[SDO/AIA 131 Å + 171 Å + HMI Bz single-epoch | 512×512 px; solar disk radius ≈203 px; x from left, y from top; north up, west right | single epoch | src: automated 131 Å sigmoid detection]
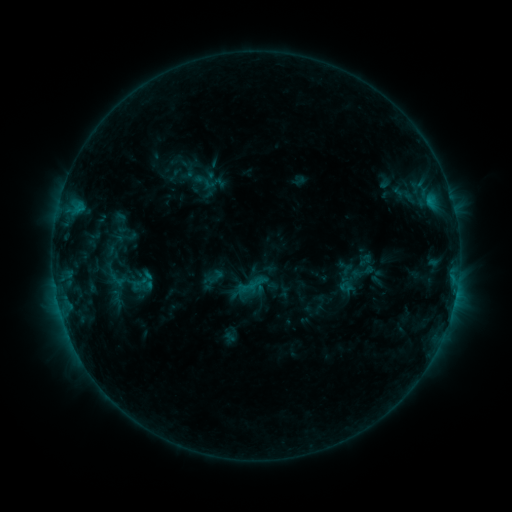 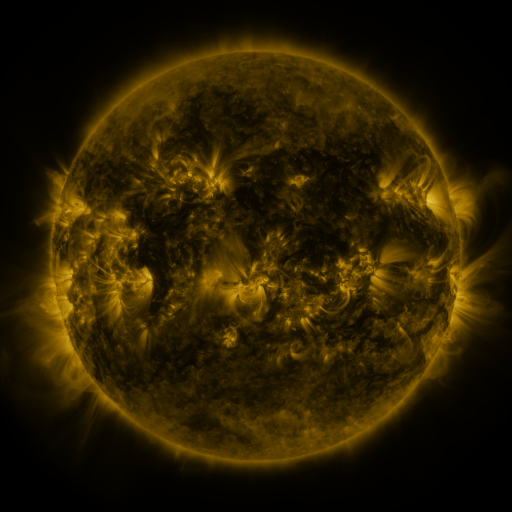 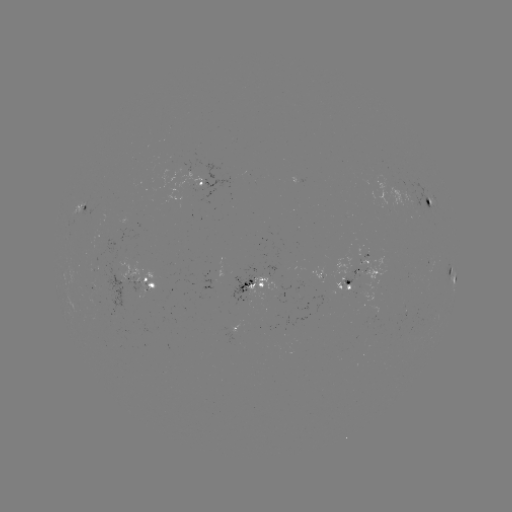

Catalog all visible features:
sigmoid: (213, 183)
sigmoid: (214, 277)
